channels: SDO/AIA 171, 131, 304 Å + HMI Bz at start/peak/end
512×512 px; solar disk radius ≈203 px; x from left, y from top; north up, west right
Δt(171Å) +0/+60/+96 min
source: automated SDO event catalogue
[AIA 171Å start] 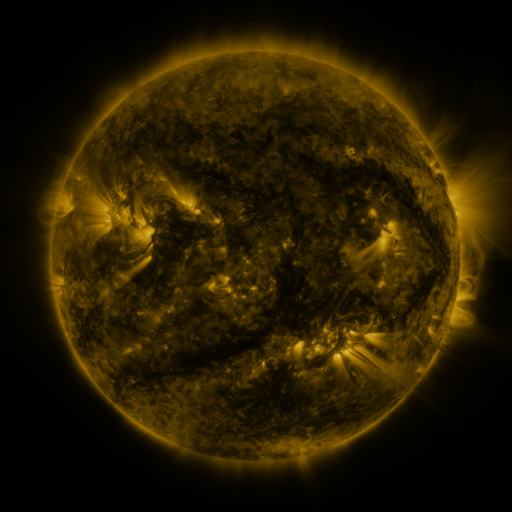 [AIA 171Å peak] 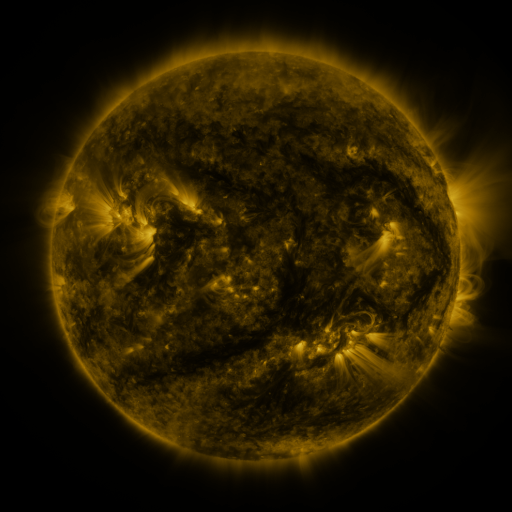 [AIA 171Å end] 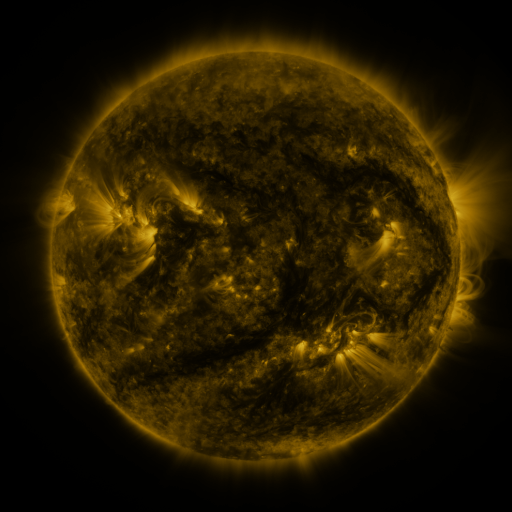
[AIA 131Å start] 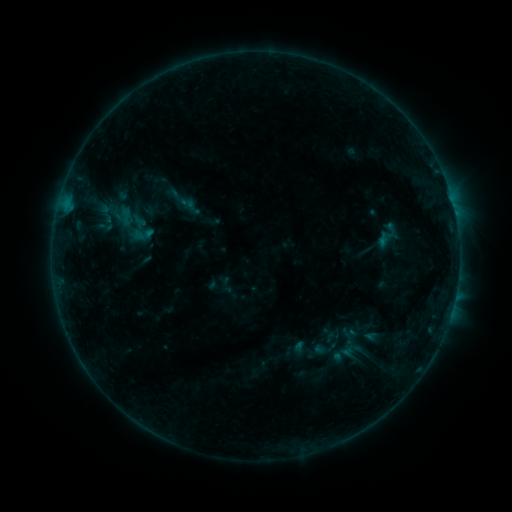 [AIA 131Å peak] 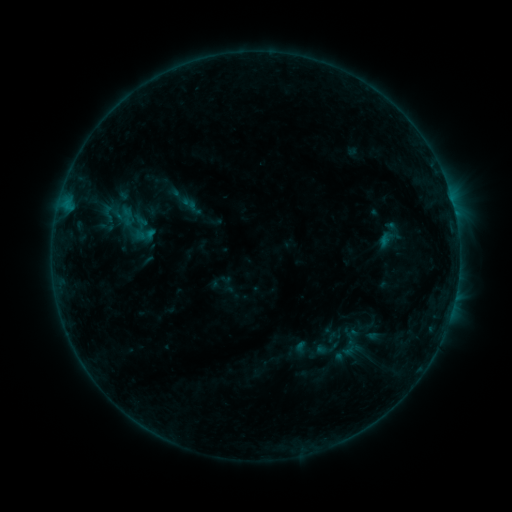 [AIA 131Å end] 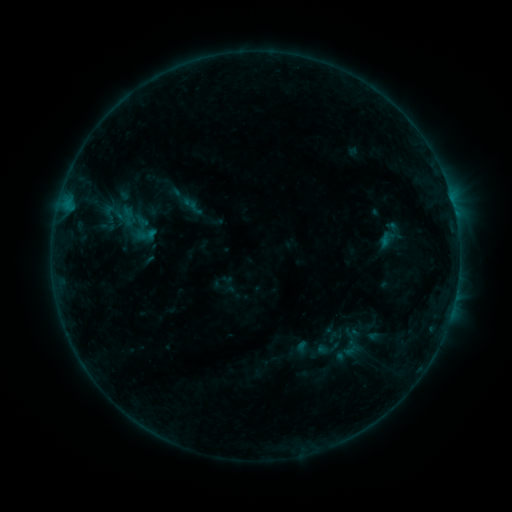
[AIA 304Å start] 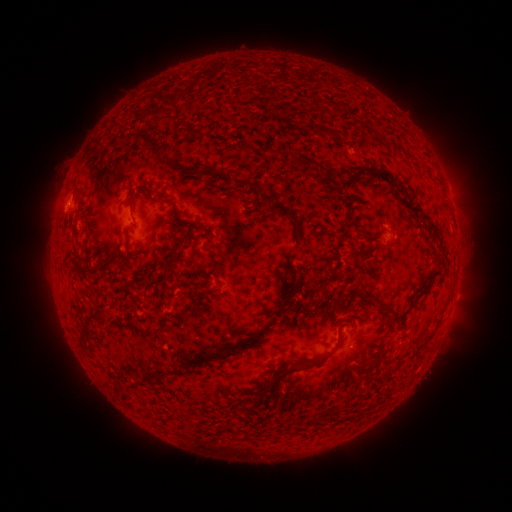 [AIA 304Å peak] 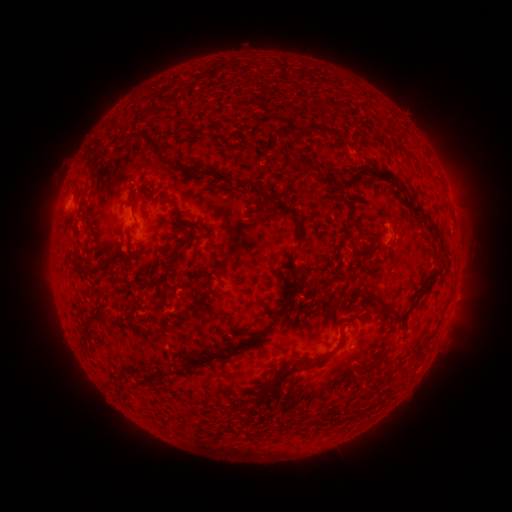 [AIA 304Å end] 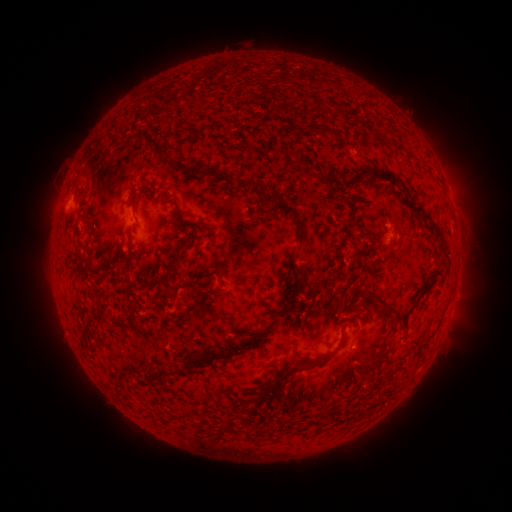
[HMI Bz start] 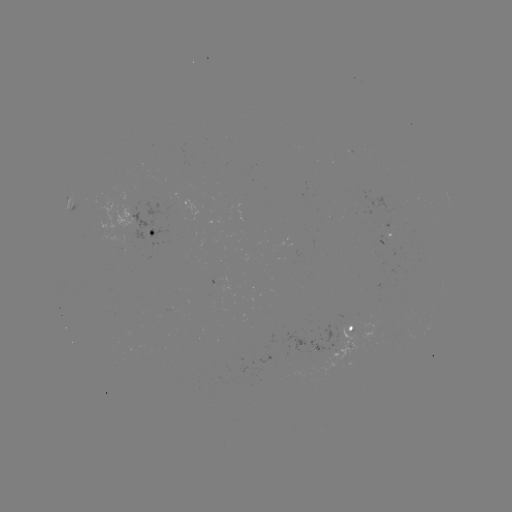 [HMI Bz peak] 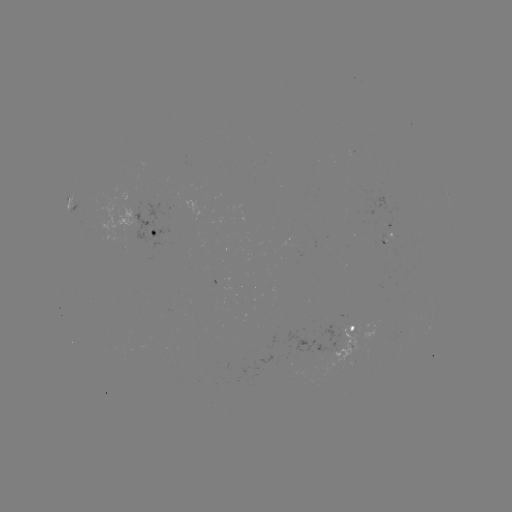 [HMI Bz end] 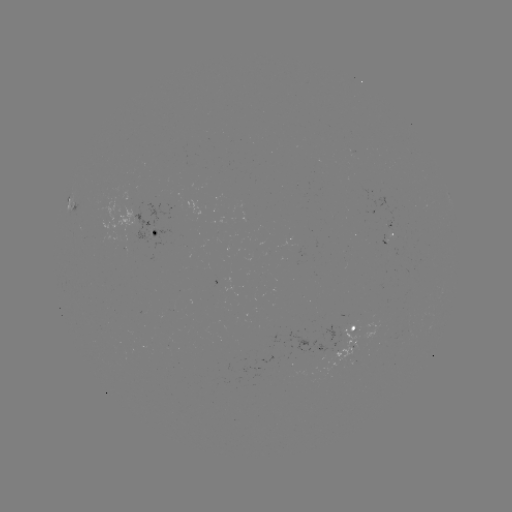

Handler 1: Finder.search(emerging-flux region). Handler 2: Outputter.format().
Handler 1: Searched emerging-flux region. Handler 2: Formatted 394,234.